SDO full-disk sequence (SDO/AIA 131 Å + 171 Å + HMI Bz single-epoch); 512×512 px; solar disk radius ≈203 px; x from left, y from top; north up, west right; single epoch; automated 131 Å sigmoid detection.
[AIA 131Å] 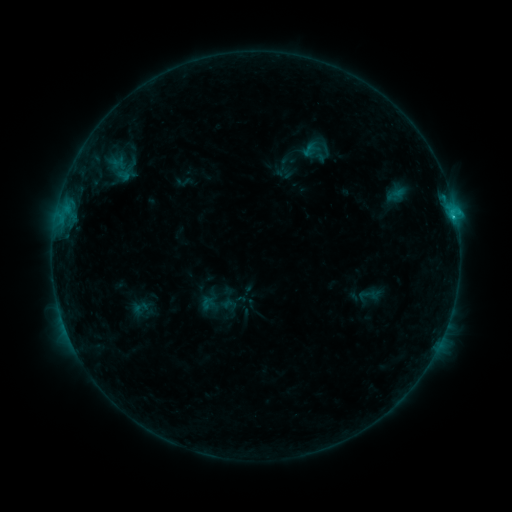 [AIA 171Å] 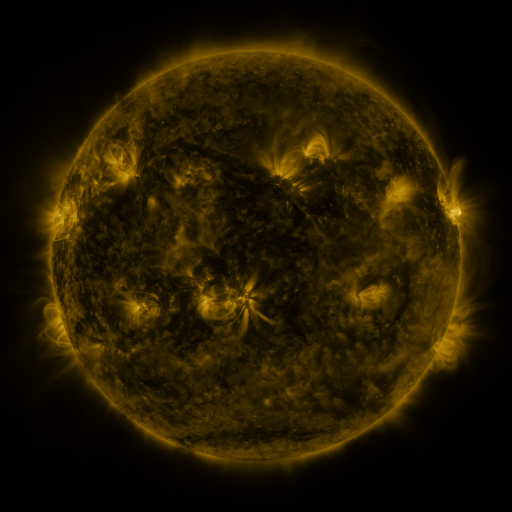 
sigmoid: [298, 142, 320, 159]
